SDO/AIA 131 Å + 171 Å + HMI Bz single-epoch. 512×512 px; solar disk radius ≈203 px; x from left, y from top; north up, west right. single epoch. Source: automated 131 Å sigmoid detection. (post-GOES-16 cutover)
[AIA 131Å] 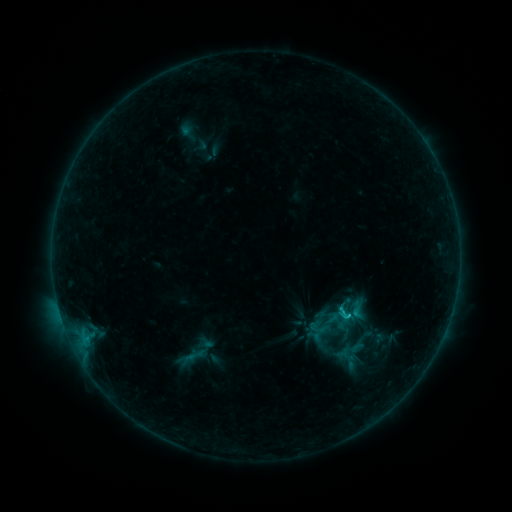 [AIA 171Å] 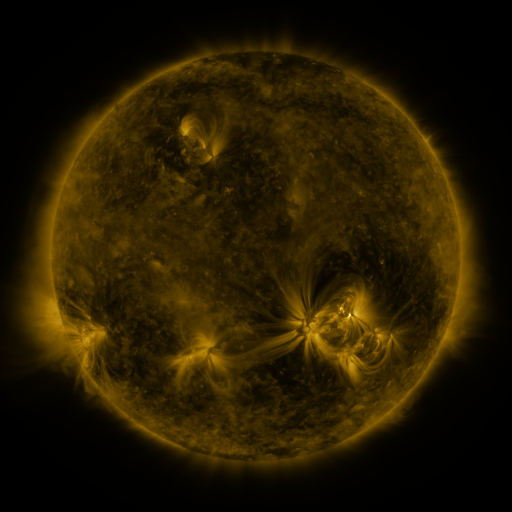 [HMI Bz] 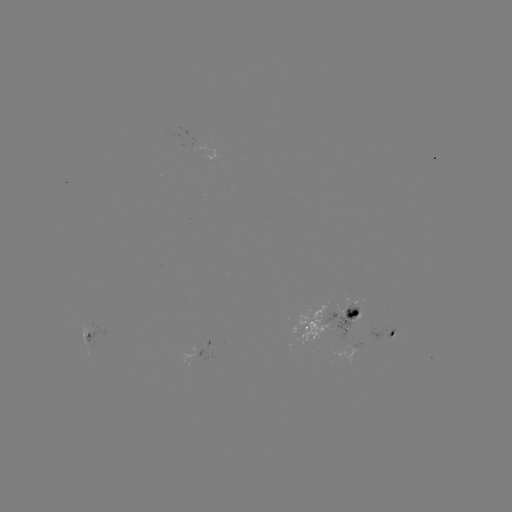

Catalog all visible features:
sigmoid: (356, 309)
sigmoid: (322, 328)
